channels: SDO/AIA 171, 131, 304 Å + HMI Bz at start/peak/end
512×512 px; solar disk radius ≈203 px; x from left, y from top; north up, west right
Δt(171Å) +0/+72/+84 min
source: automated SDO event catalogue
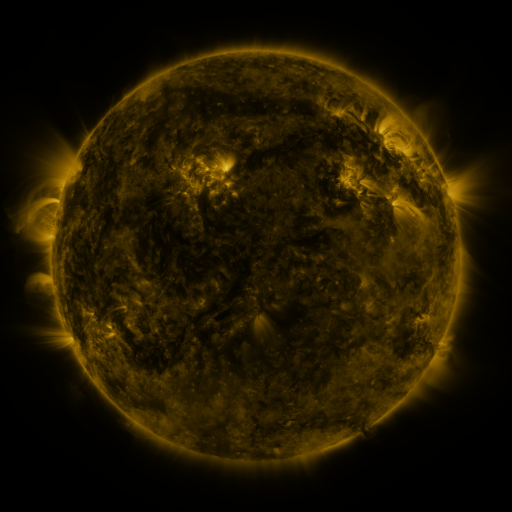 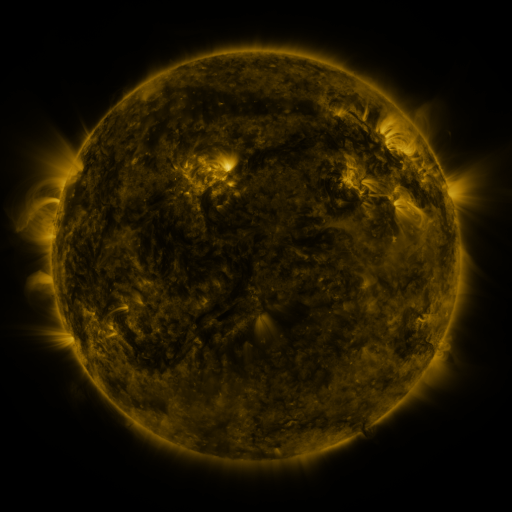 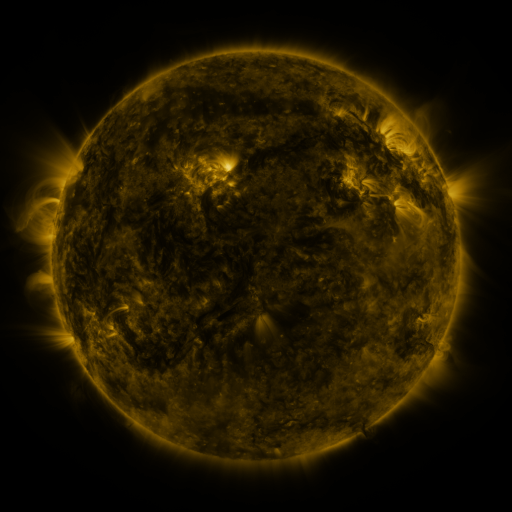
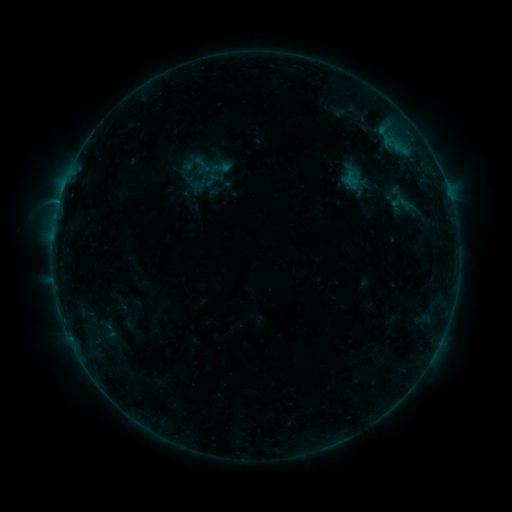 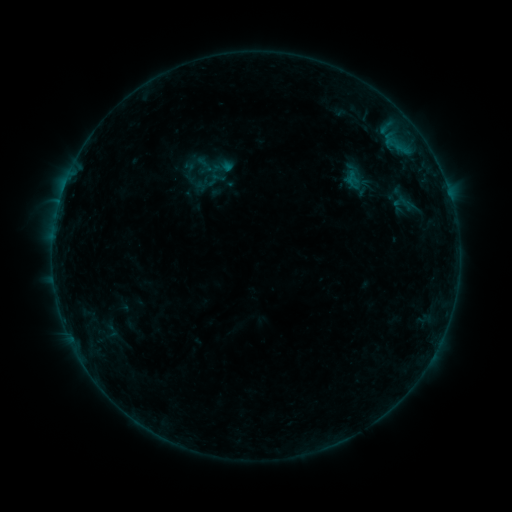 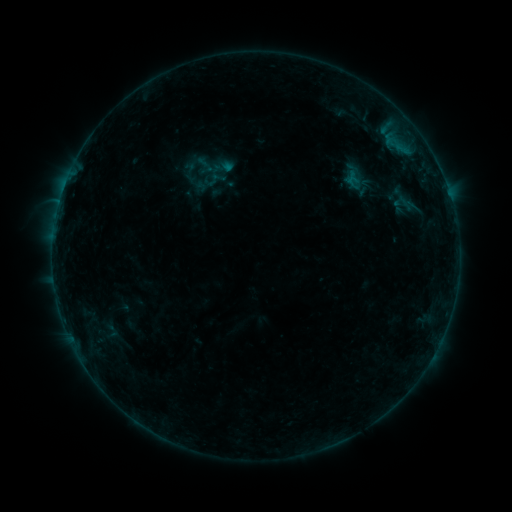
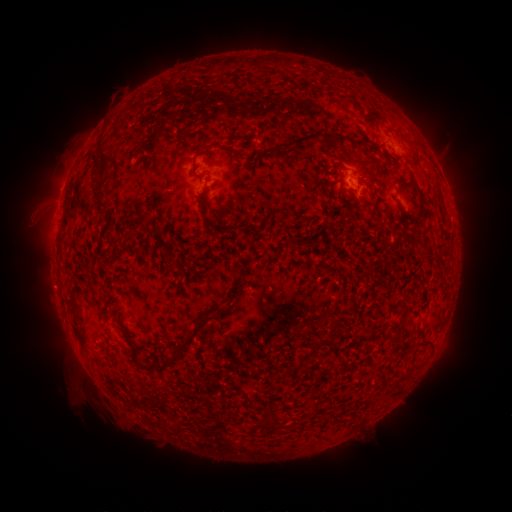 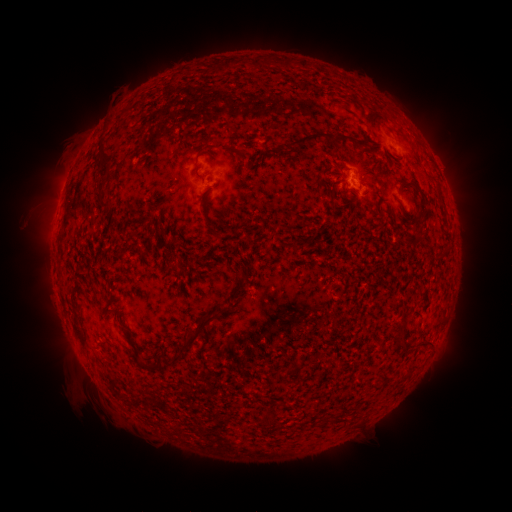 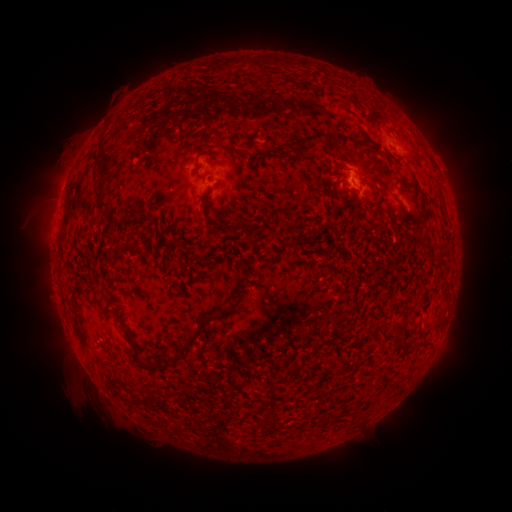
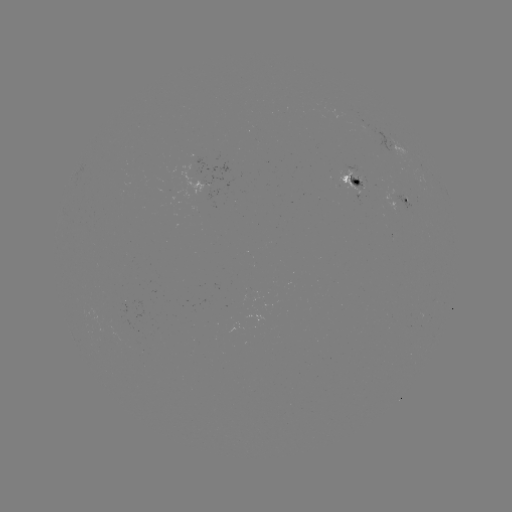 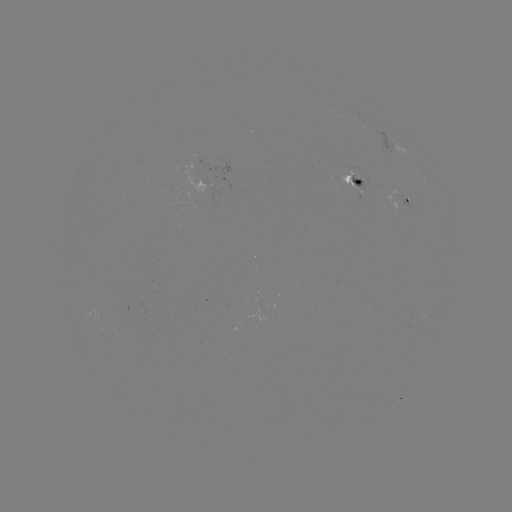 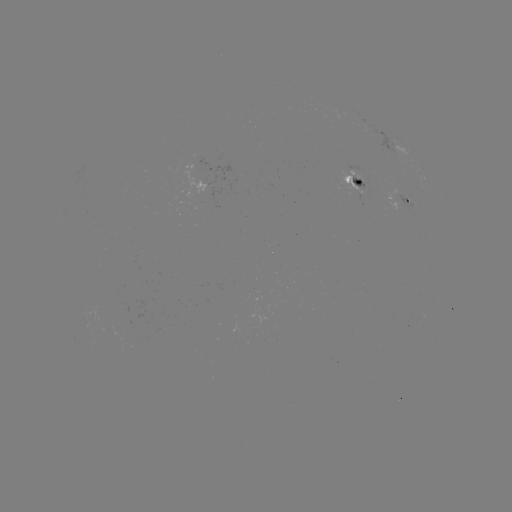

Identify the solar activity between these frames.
emerging-flux region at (395, 203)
